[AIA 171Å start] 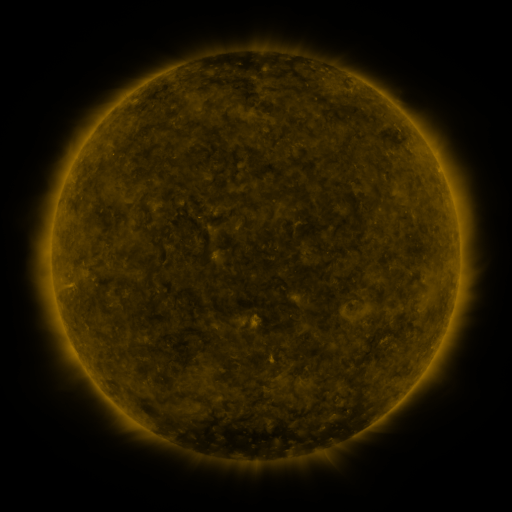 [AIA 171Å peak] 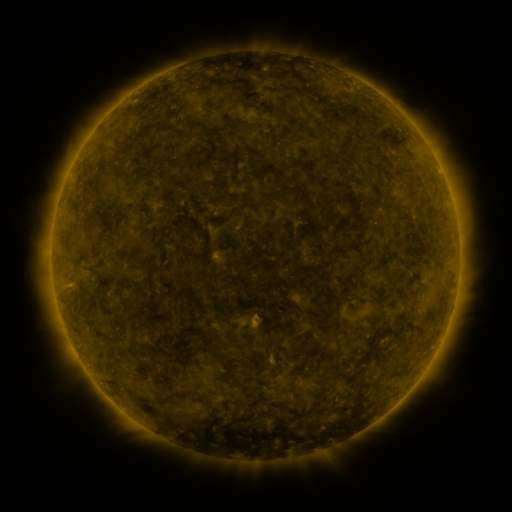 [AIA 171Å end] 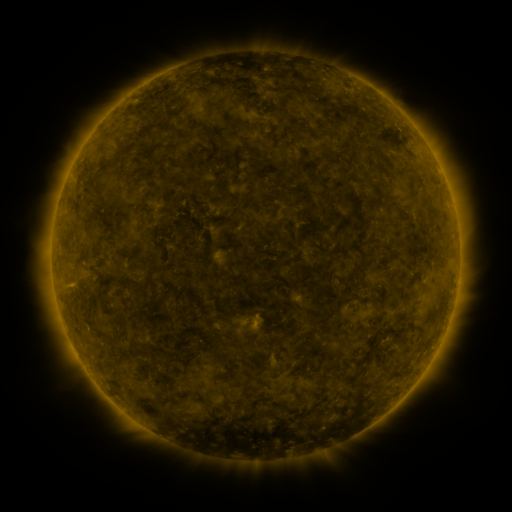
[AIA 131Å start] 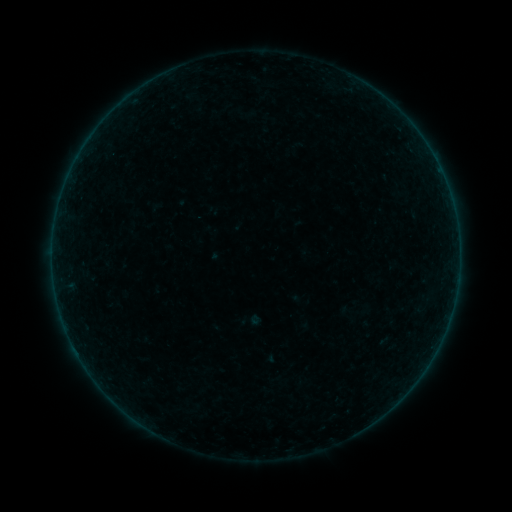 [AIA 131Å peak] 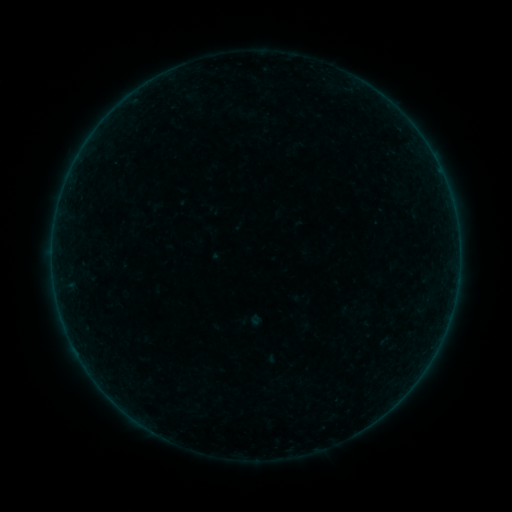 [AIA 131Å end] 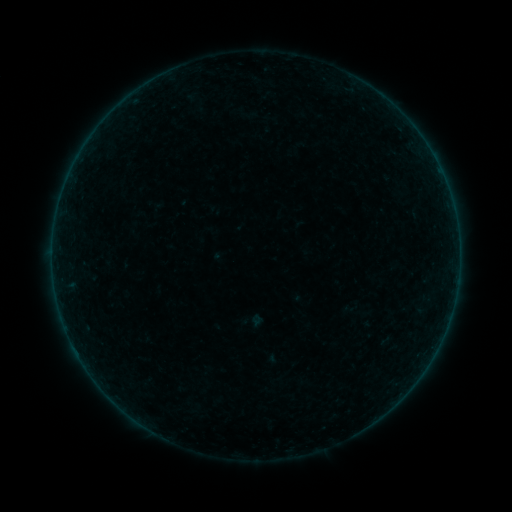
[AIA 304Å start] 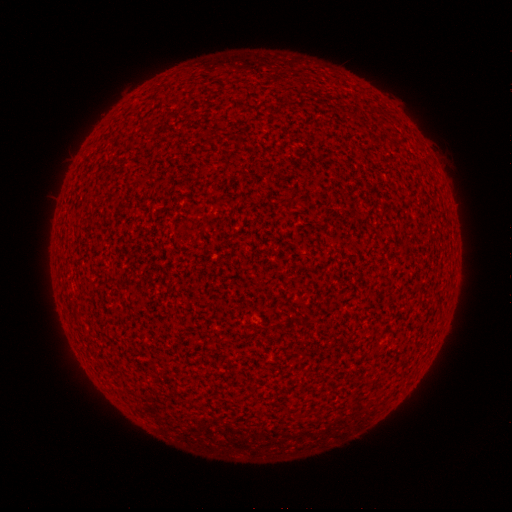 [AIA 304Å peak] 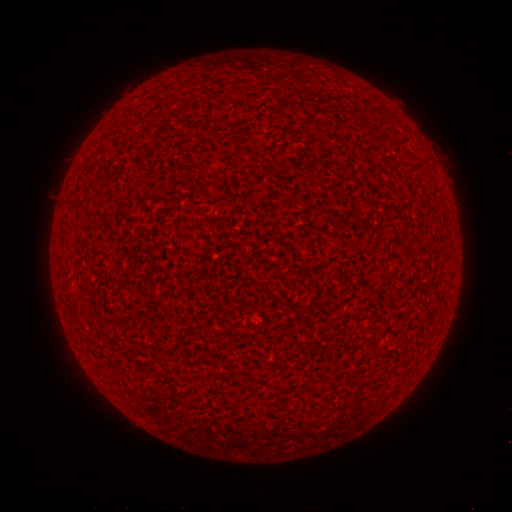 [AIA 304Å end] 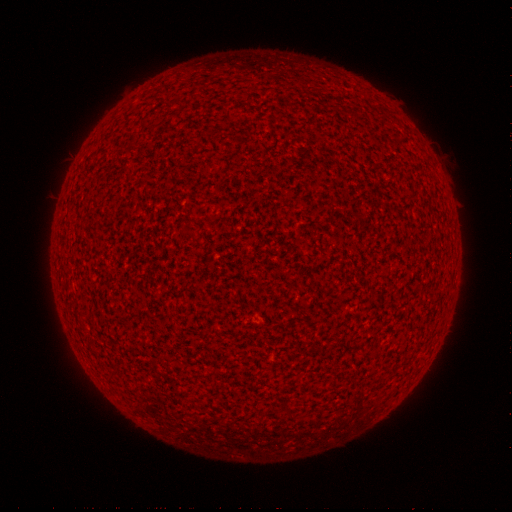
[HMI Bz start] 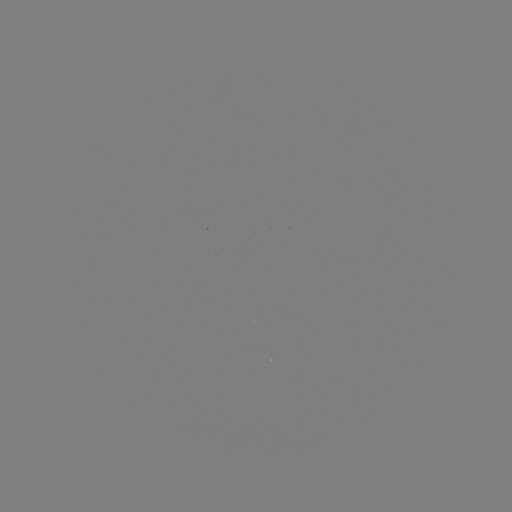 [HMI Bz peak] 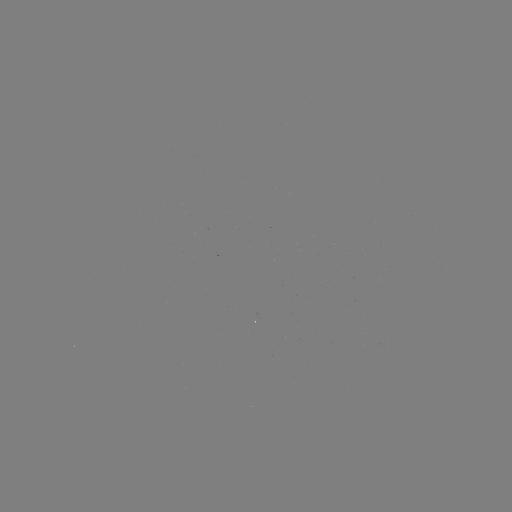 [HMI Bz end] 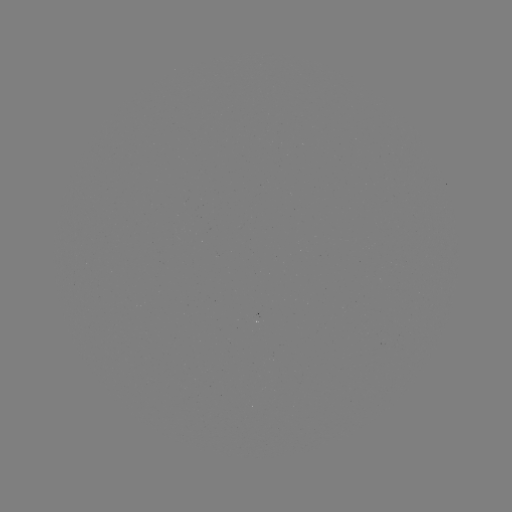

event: flare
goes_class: A9.2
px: (334, 398)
